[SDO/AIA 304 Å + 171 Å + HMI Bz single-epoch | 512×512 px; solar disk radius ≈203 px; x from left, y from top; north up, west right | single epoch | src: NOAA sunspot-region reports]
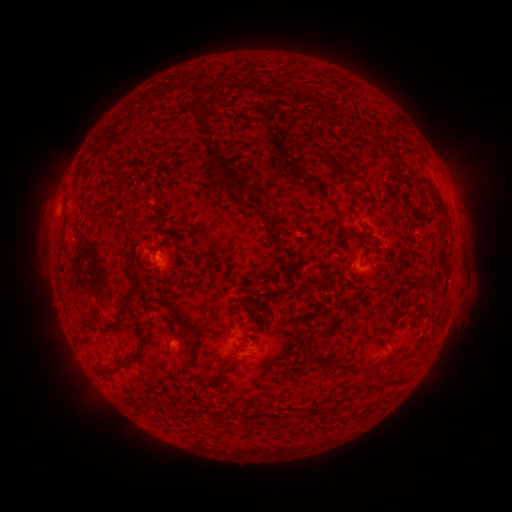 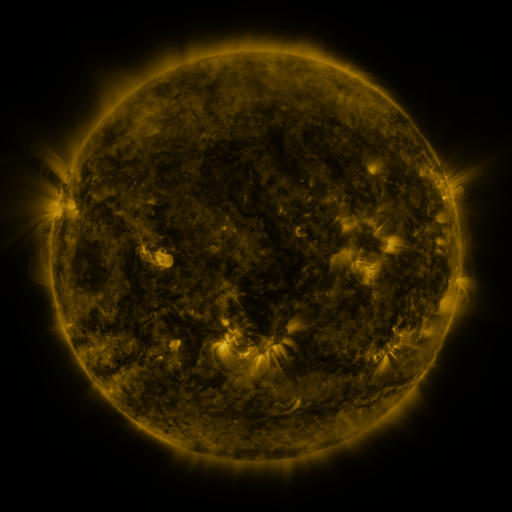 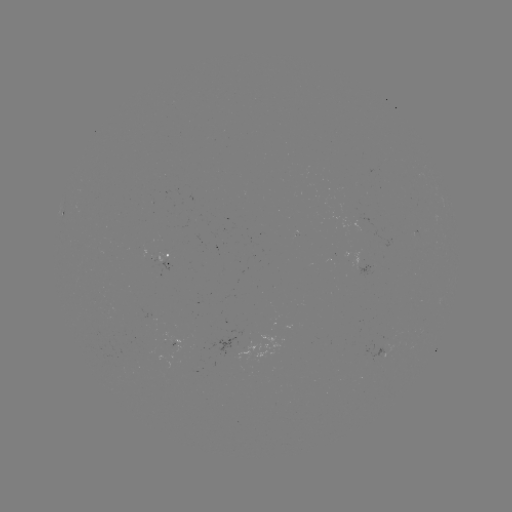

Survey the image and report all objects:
spotted active region: (166, 268)
spotted active region: (180, 344)
